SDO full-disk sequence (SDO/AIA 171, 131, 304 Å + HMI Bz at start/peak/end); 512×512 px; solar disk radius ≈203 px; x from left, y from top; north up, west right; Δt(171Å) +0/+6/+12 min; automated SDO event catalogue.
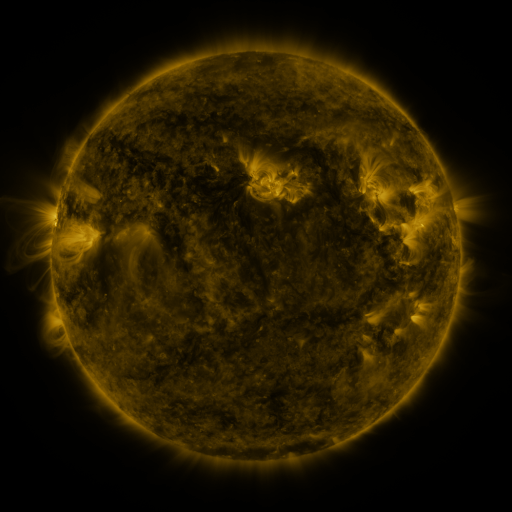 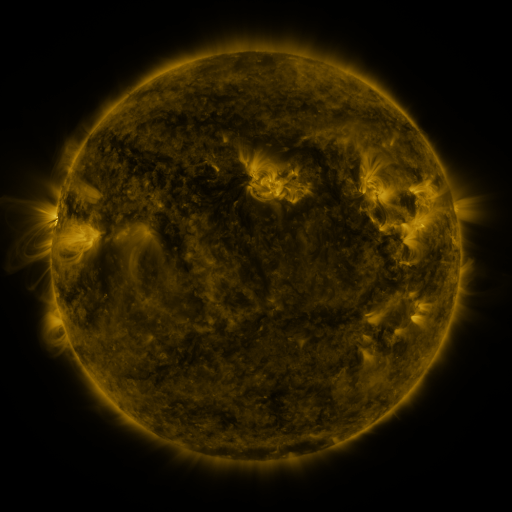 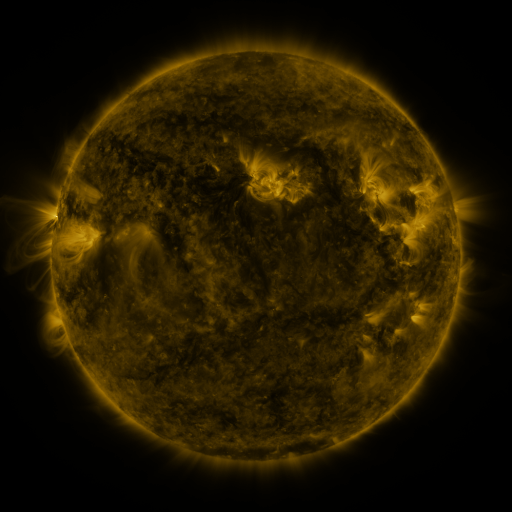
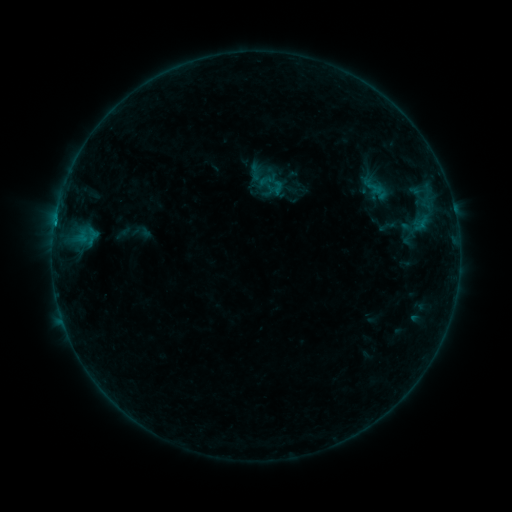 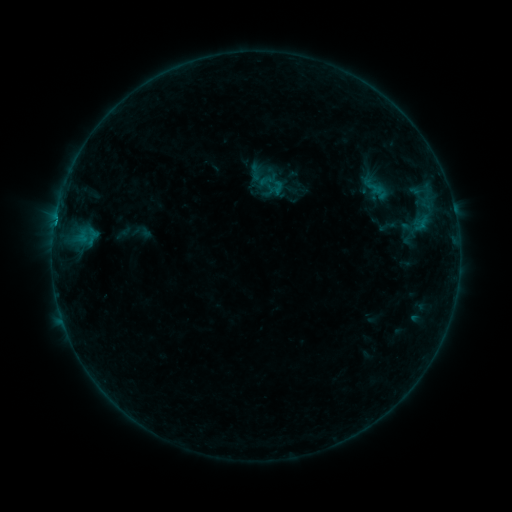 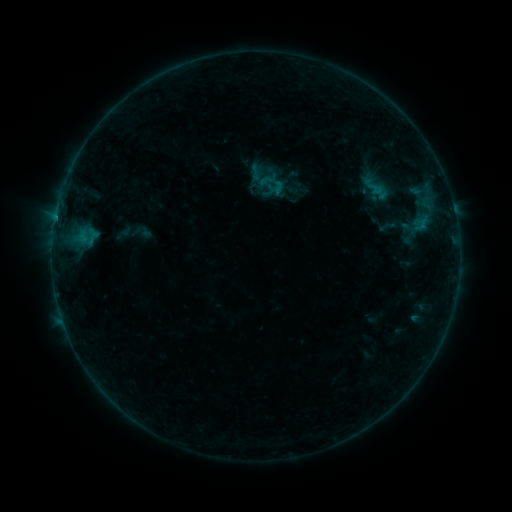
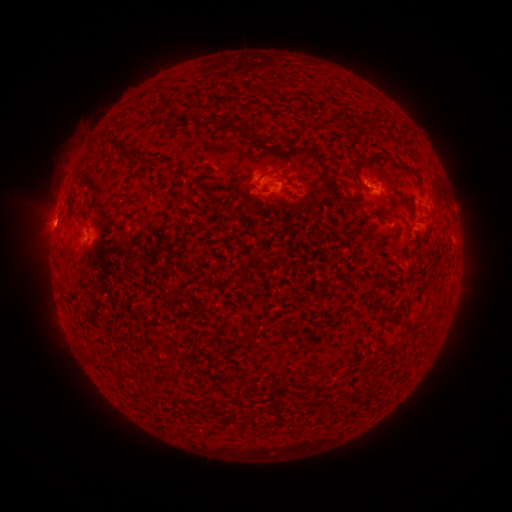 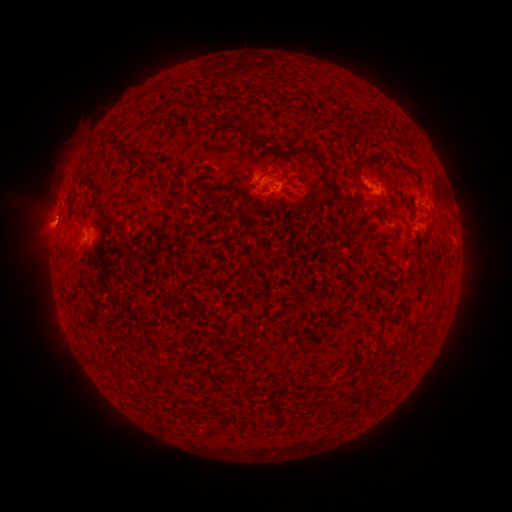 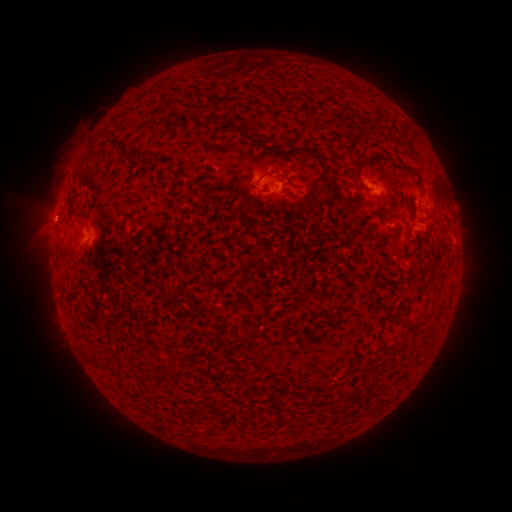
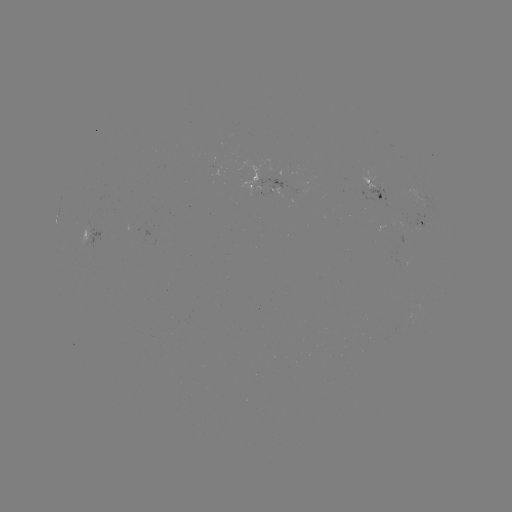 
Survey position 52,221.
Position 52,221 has eruption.